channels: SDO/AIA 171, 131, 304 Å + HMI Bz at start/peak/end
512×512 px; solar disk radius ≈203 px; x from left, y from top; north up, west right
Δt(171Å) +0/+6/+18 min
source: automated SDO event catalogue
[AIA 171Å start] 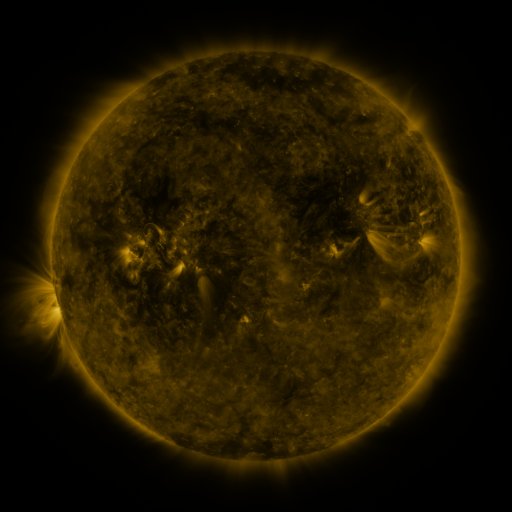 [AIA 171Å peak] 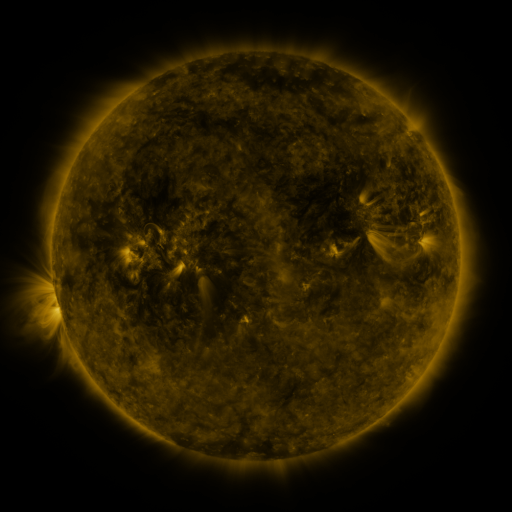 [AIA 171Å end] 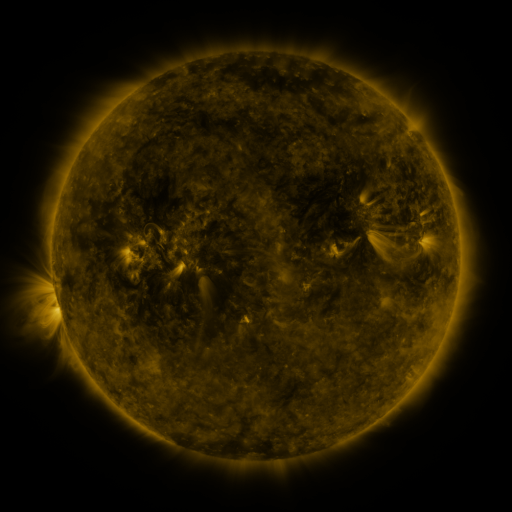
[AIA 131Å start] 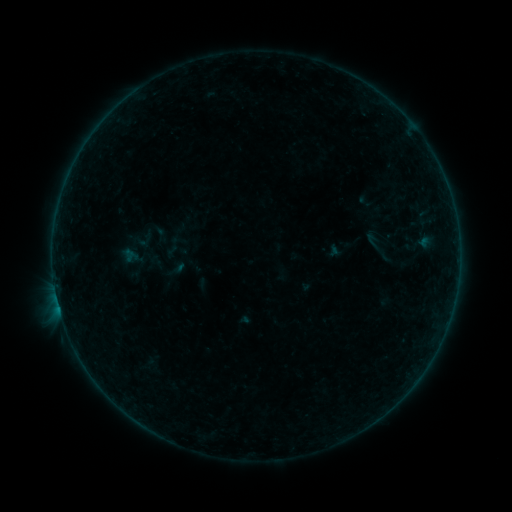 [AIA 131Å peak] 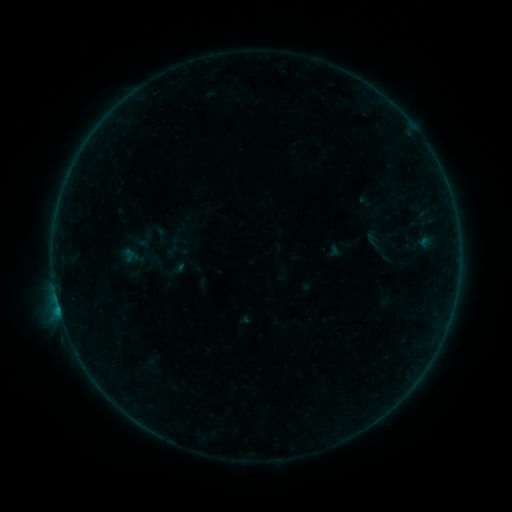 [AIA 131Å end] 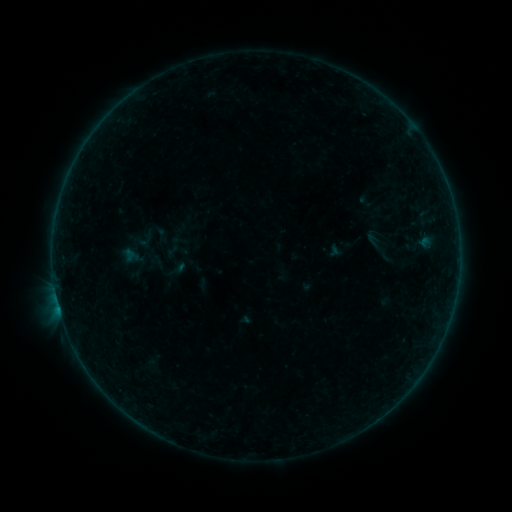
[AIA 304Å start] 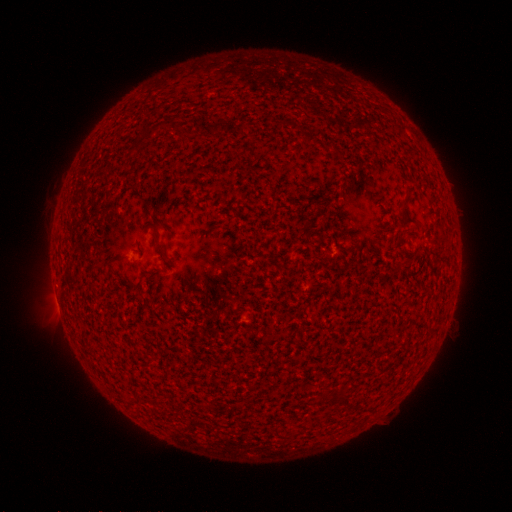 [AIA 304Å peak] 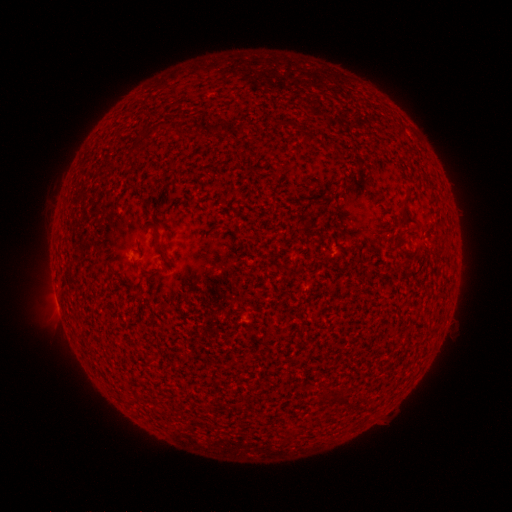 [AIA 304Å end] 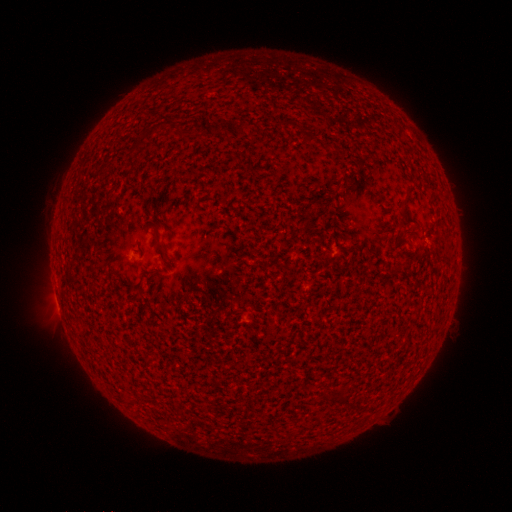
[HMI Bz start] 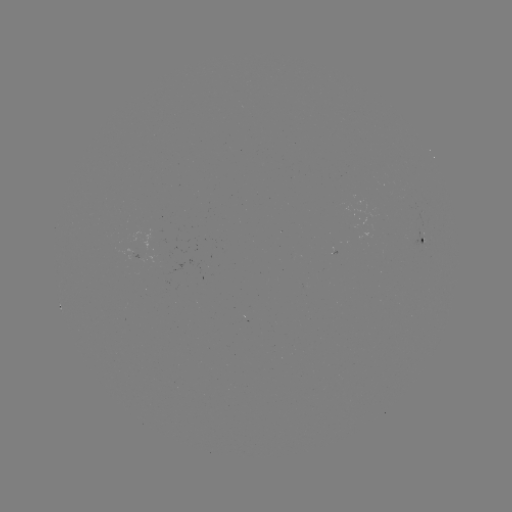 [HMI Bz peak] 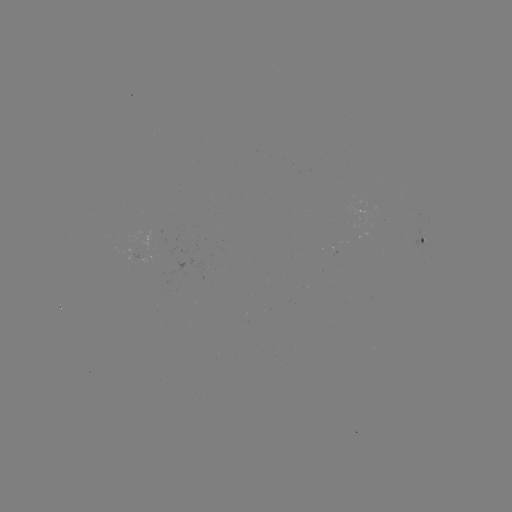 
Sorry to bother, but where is B1.4 flare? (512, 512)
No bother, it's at (60, 309).